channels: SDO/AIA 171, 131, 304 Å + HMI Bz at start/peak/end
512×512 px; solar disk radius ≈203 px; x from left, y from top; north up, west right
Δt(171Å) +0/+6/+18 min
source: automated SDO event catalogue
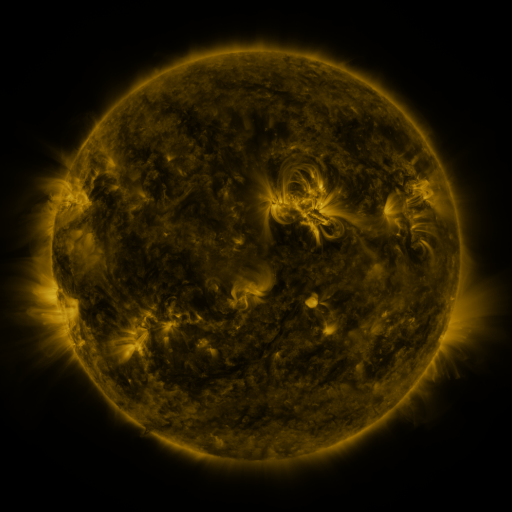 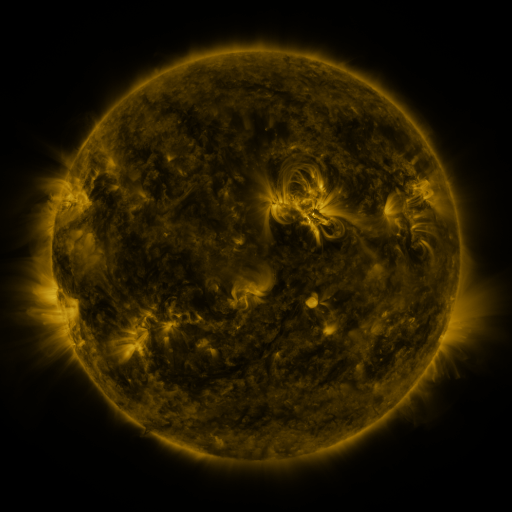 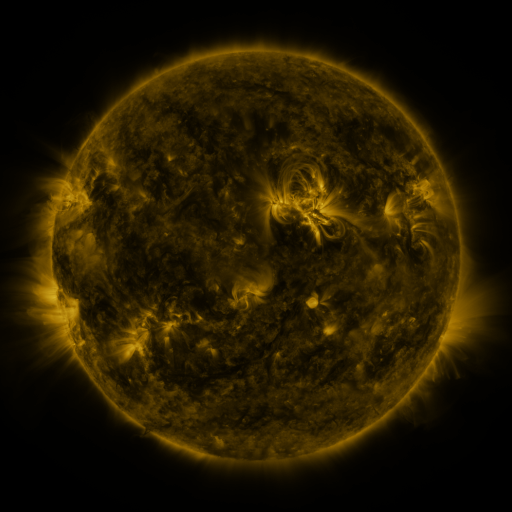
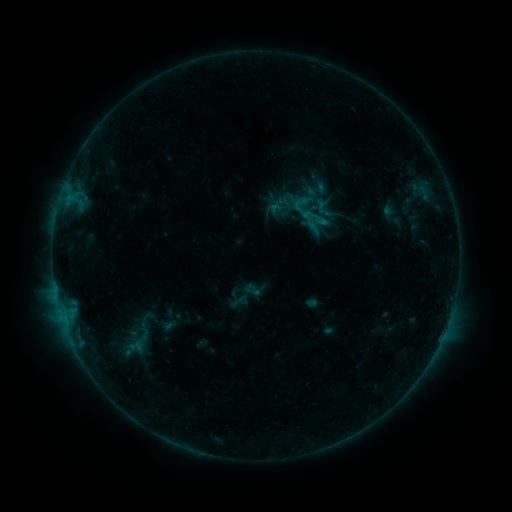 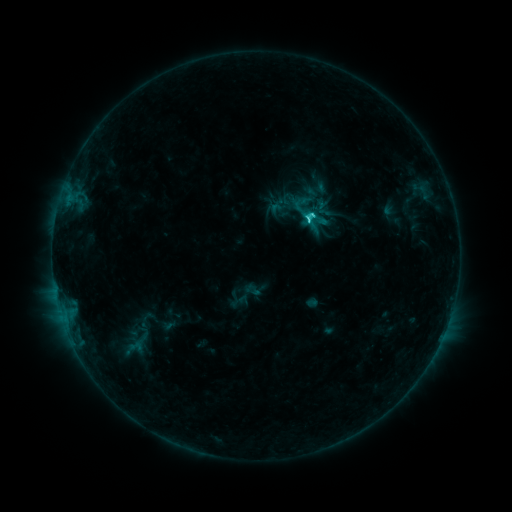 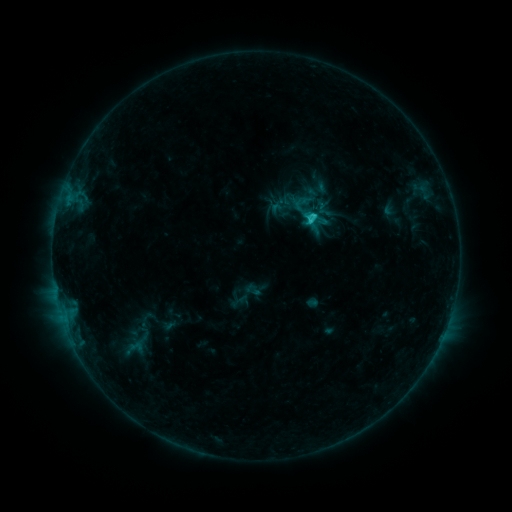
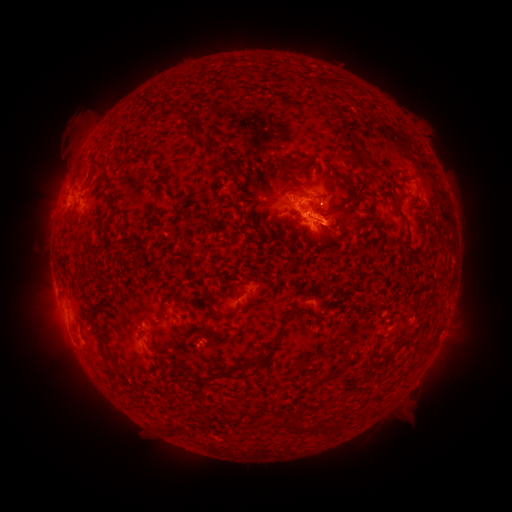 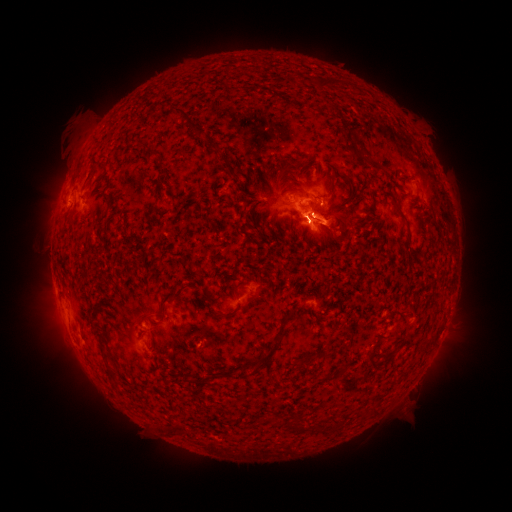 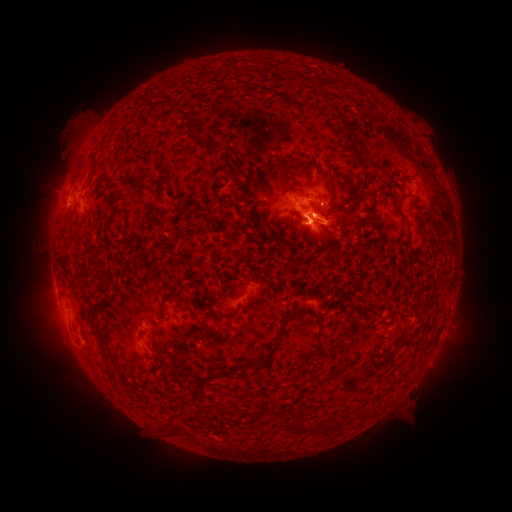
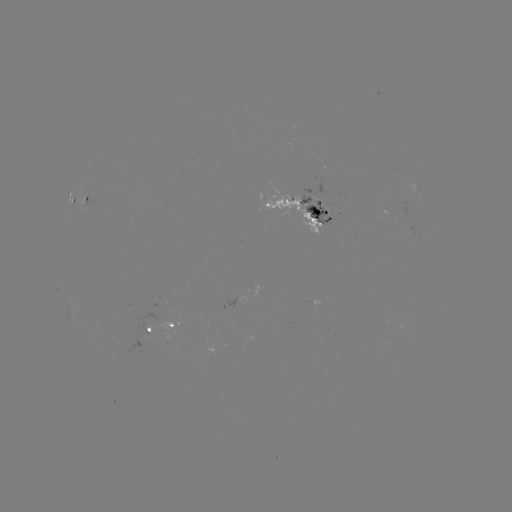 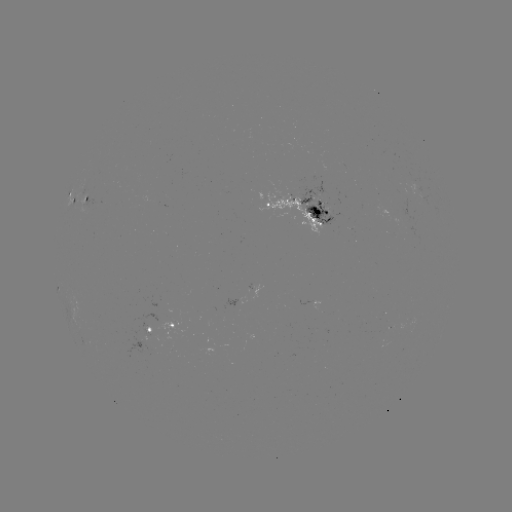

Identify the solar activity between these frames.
C2.5 flare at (308, 221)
